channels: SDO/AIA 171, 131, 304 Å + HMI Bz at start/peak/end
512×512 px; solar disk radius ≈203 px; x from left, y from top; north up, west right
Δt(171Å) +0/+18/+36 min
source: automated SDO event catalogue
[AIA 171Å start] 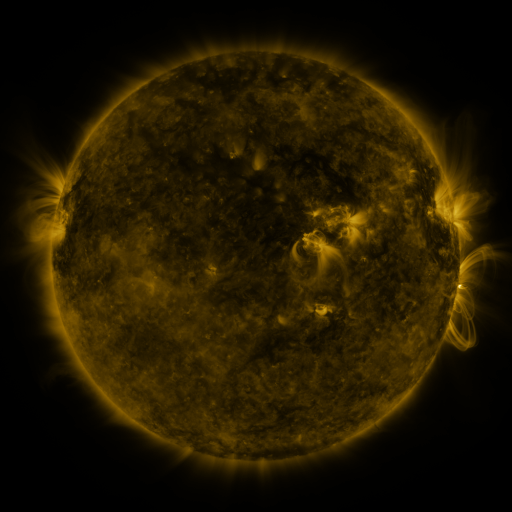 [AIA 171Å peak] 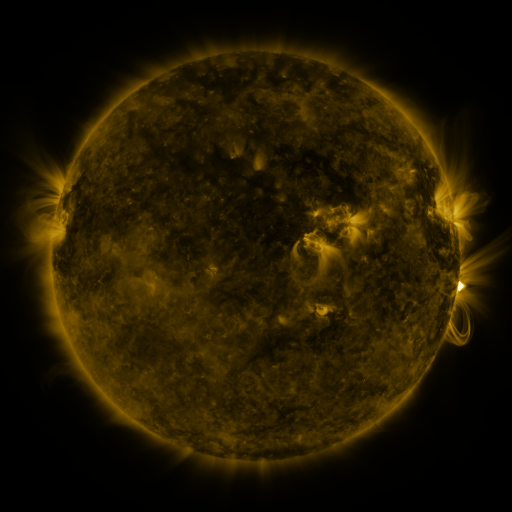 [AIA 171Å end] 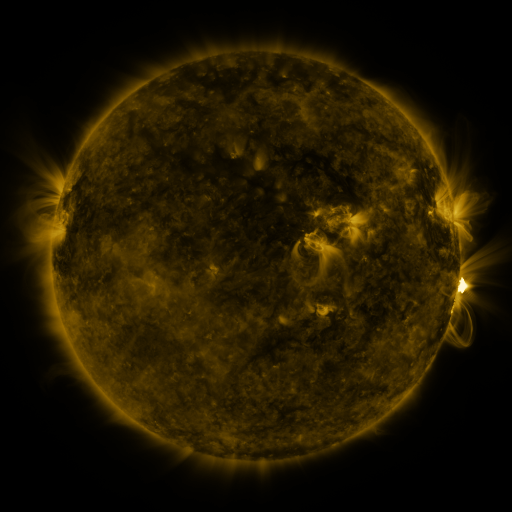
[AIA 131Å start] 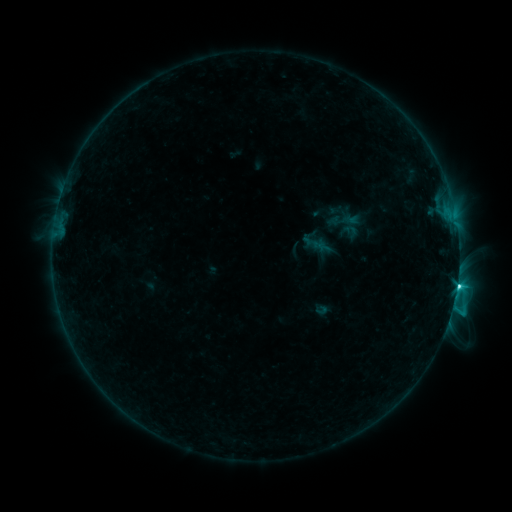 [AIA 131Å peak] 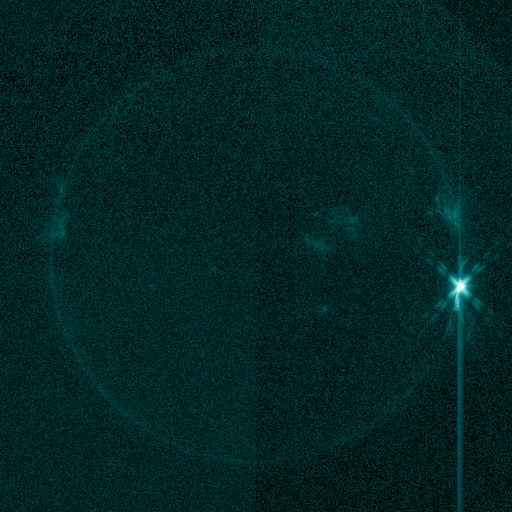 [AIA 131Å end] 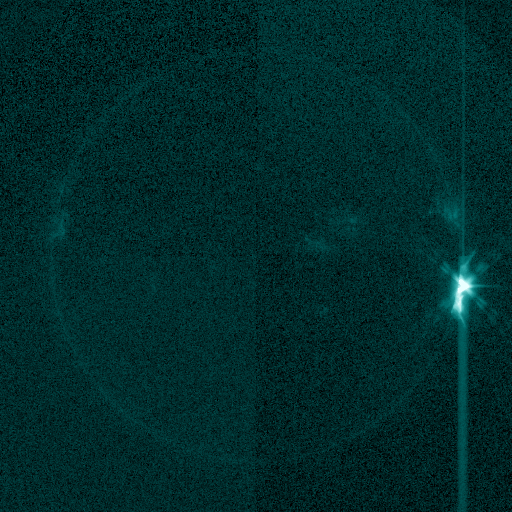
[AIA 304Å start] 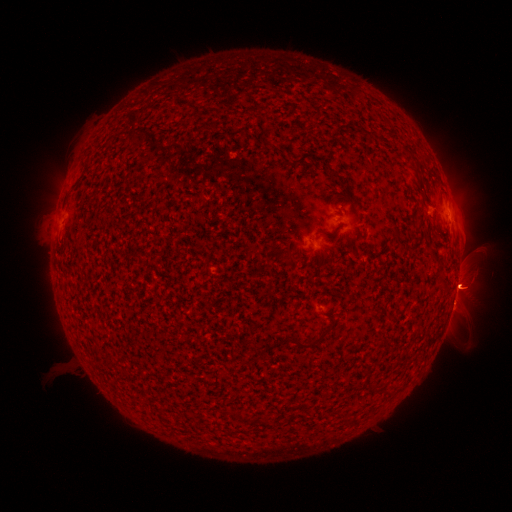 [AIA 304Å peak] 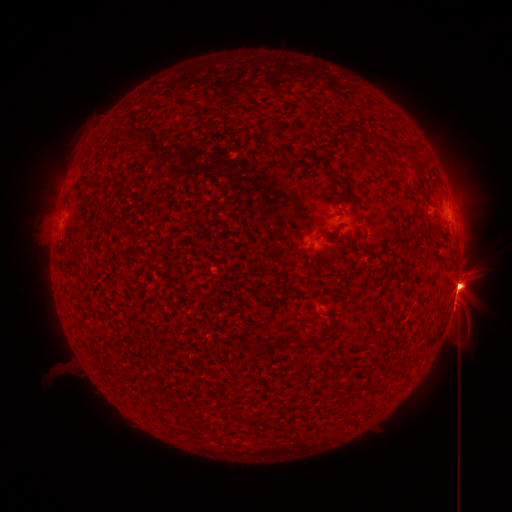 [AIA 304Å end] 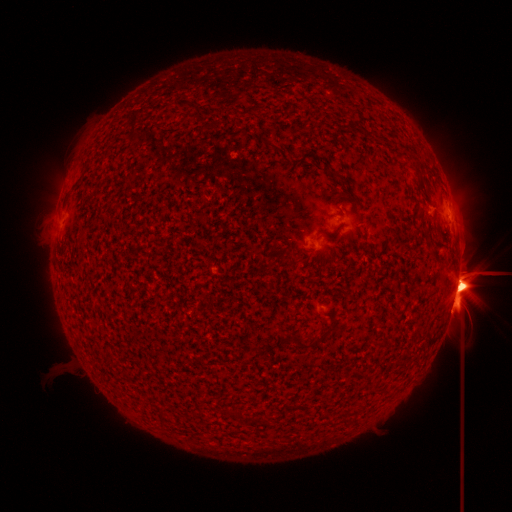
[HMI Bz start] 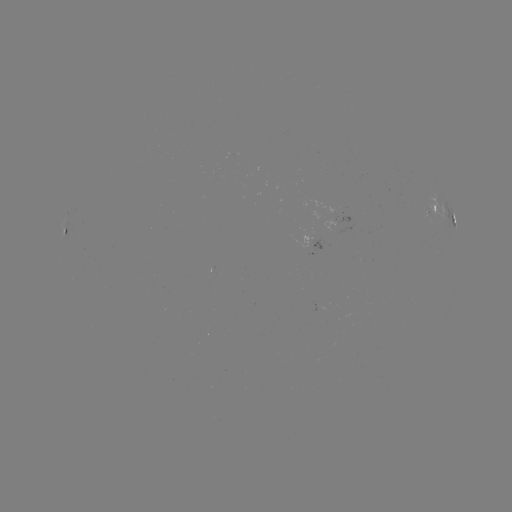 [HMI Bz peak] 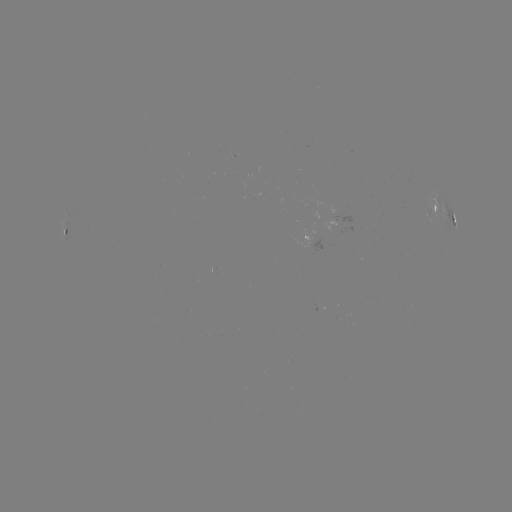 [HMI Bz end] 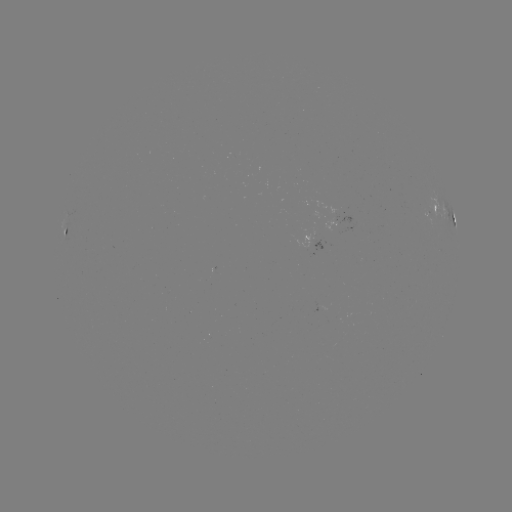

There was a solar eruption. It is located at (467, 285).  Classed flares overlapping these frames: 1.